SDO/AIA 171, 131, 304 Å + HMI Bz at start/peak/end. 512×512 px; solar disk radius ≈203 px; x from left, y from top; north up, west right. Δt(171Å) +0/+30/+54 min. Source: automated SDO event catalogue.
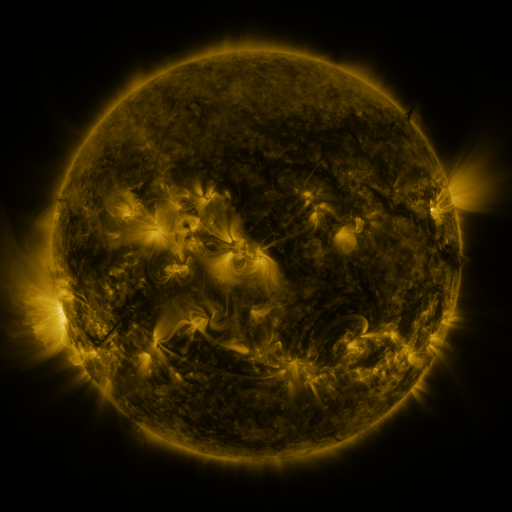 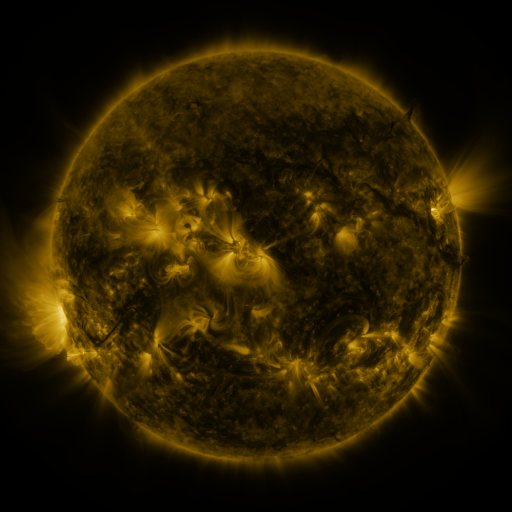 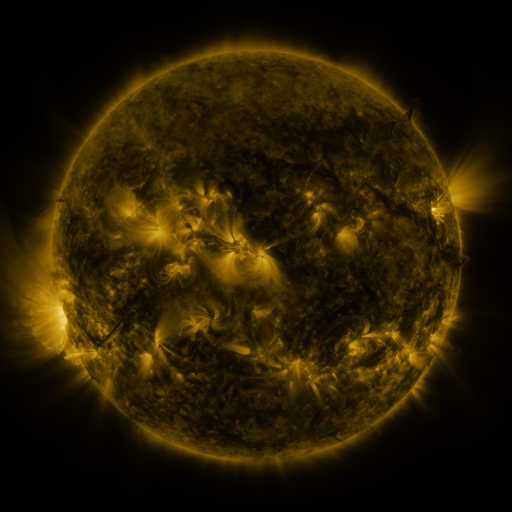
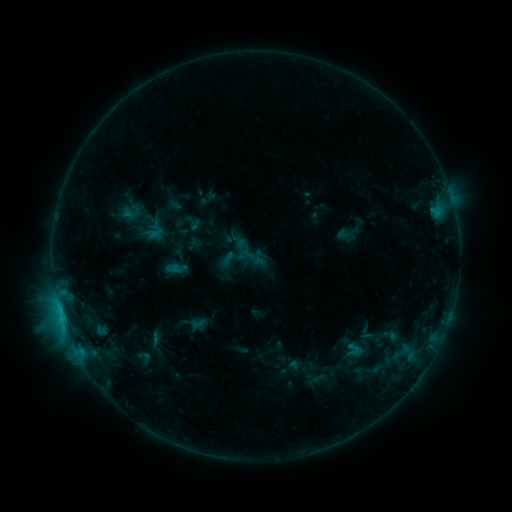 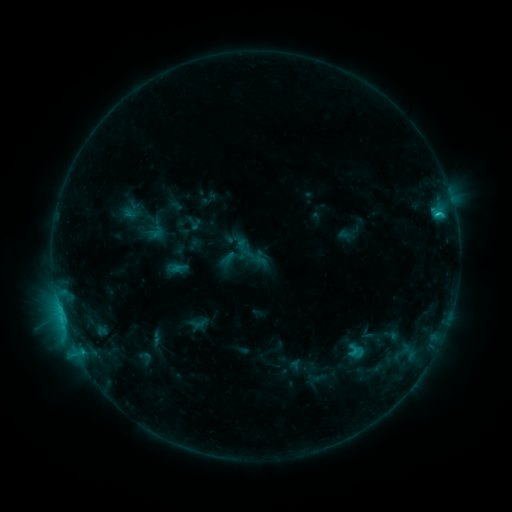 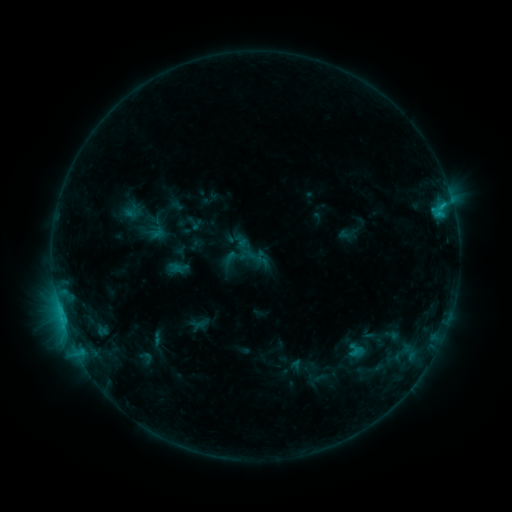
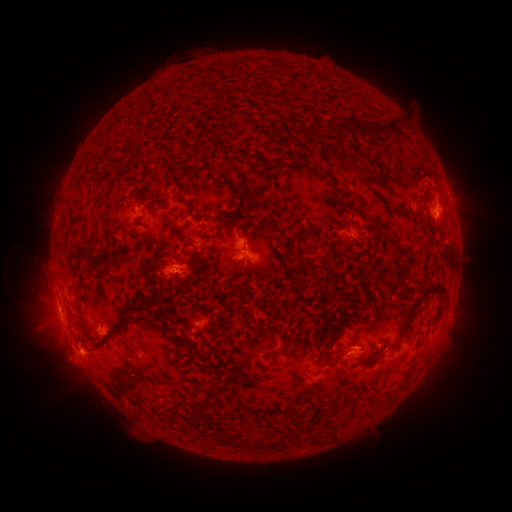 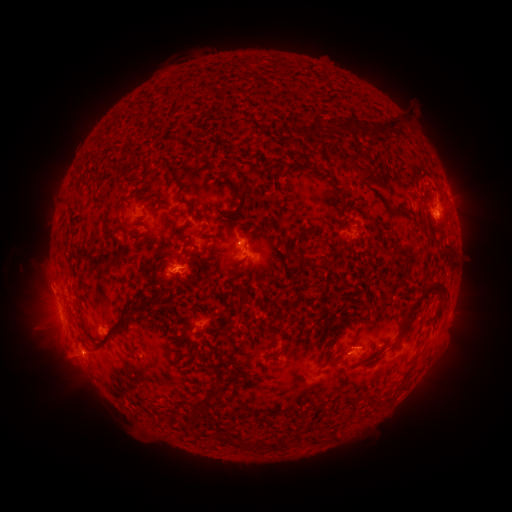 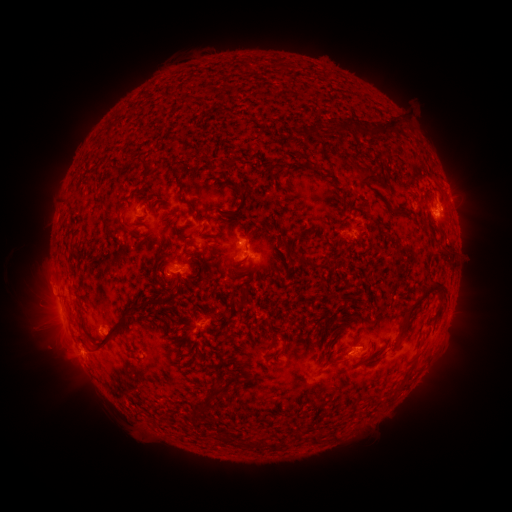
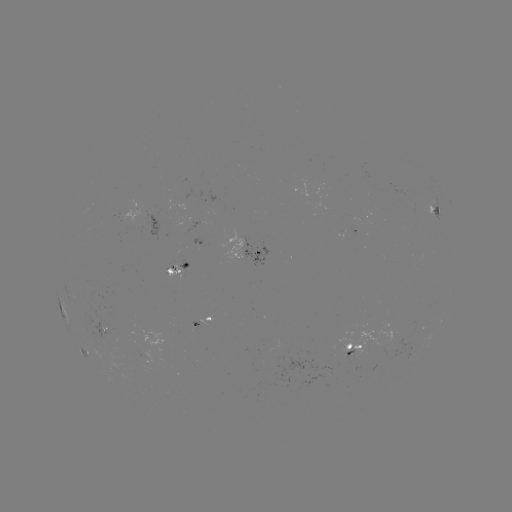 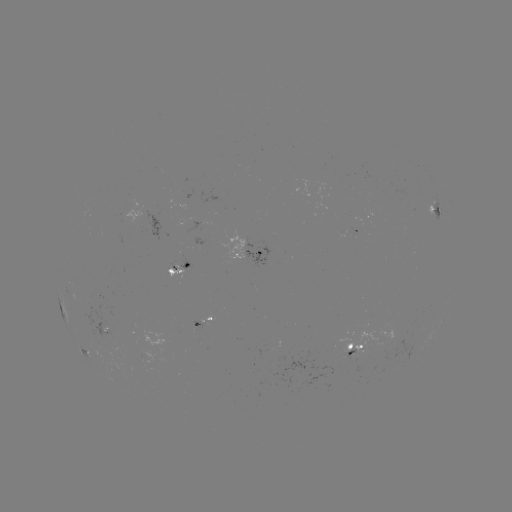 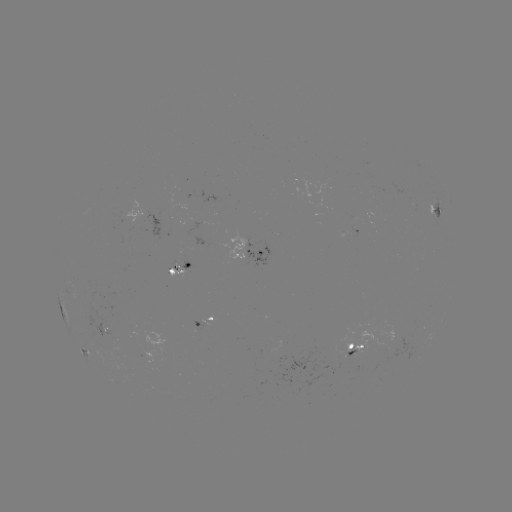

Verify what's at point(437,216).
C2.1 flare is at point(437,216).